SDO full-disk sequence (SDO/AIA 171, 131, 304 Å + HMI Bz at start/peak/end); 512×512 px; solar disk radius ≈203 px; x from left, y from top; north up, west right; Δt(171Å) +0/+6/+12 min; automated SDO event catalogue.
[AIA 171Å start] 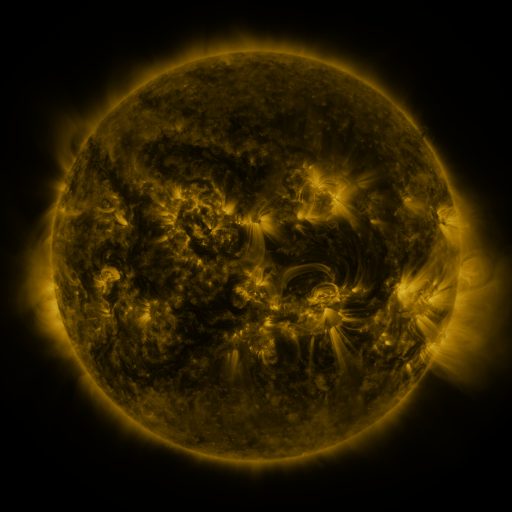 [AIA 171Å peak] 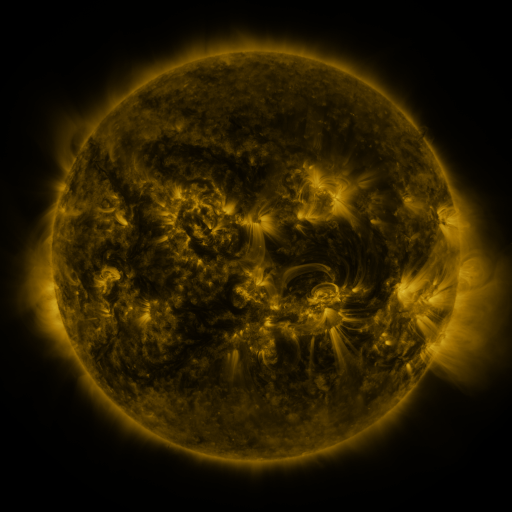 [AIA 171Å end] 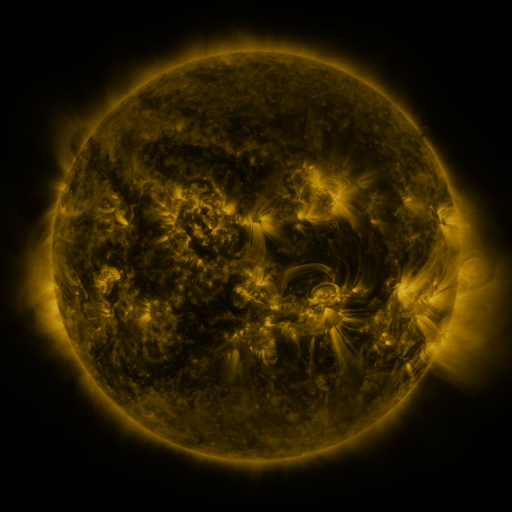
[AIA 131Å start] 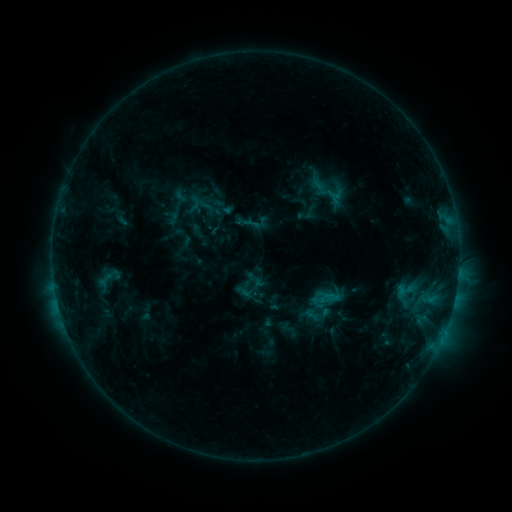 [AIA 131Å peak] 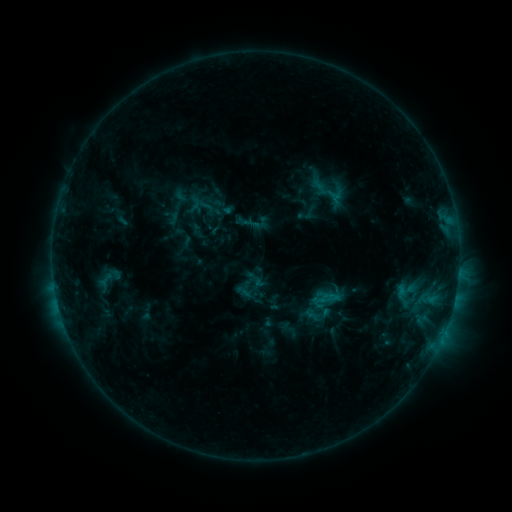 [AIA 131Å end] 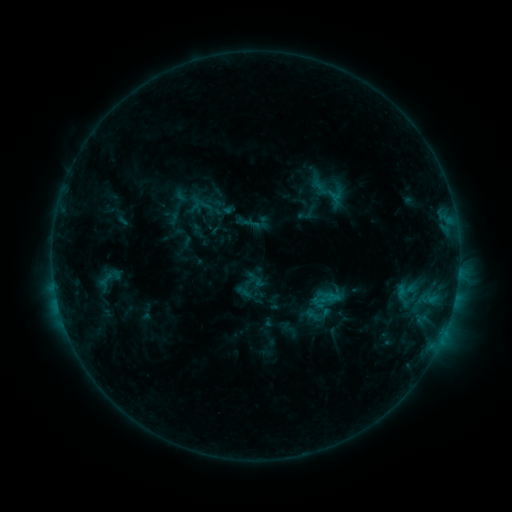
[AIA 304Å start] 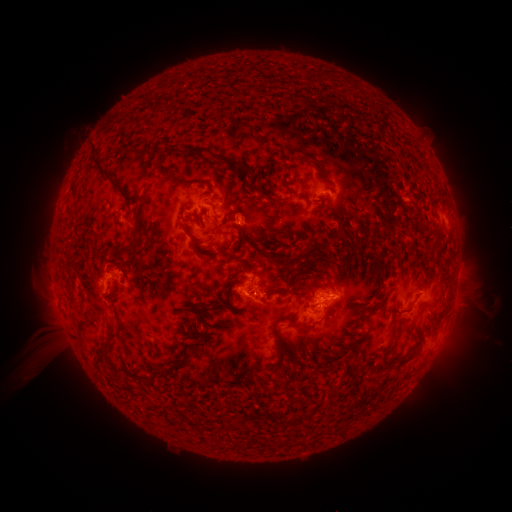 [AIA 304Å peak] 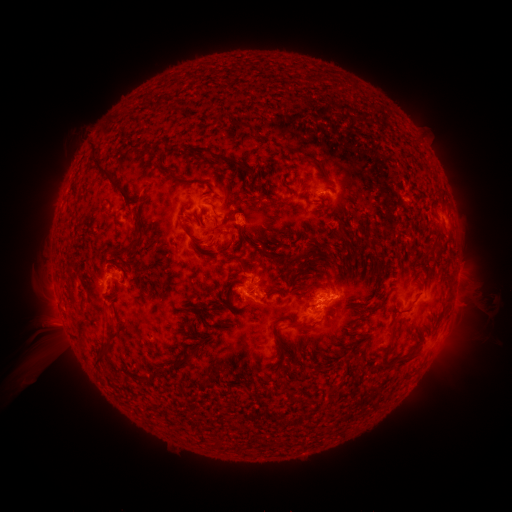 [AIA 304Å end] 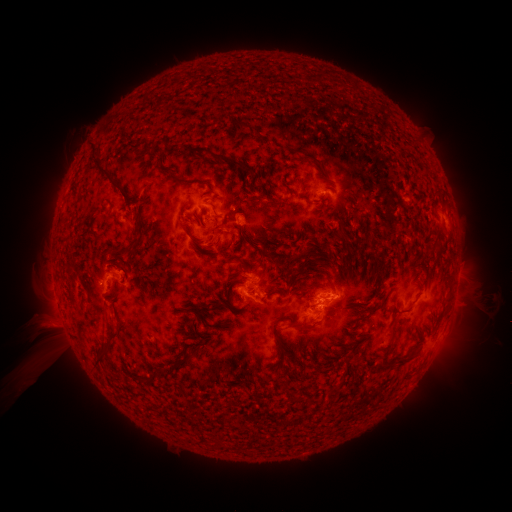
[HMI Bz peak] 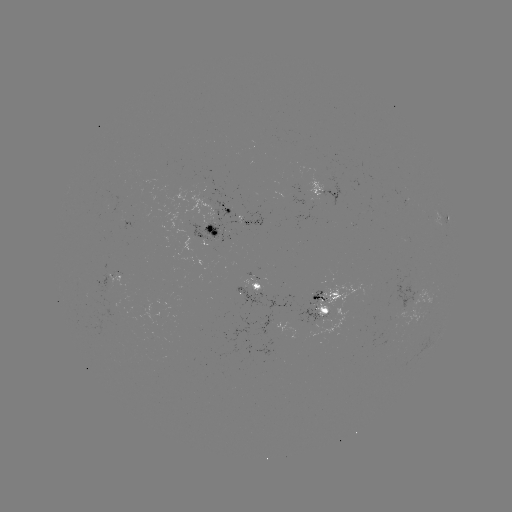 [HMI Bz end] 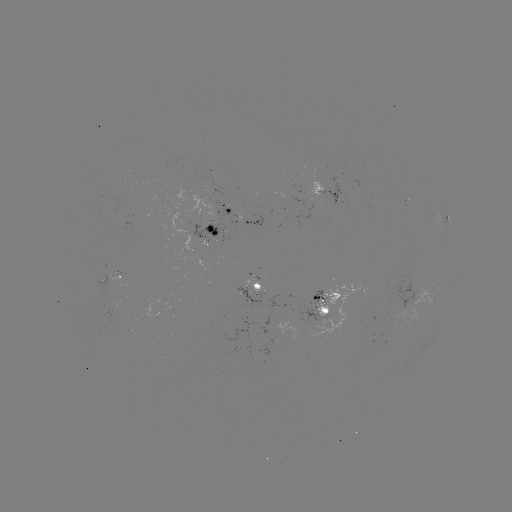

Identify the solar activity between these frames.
no flare in any classed list; no EUV-trigger detection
